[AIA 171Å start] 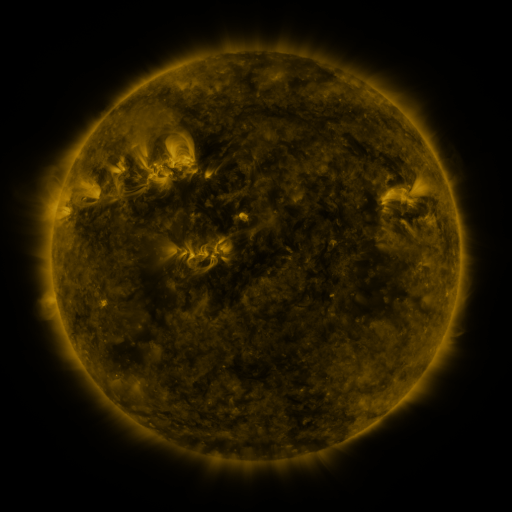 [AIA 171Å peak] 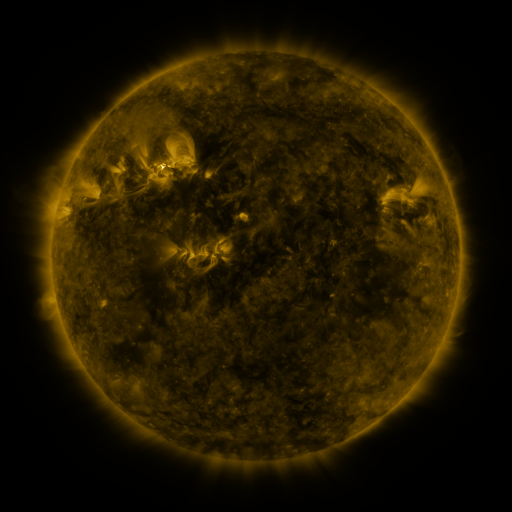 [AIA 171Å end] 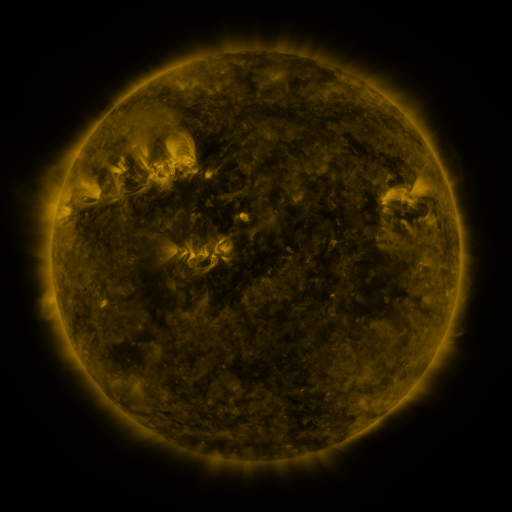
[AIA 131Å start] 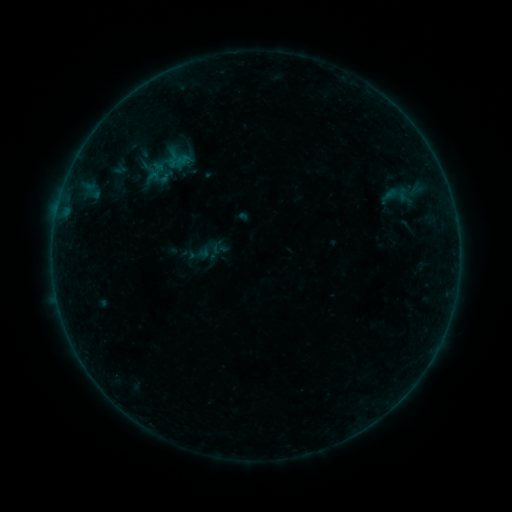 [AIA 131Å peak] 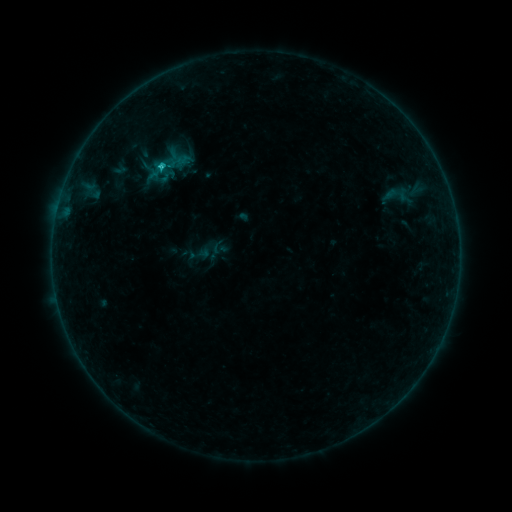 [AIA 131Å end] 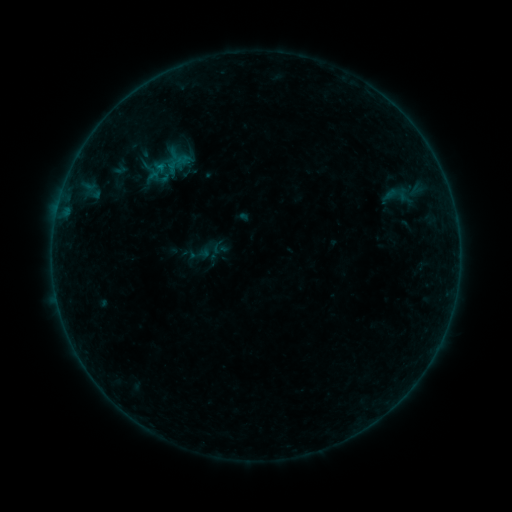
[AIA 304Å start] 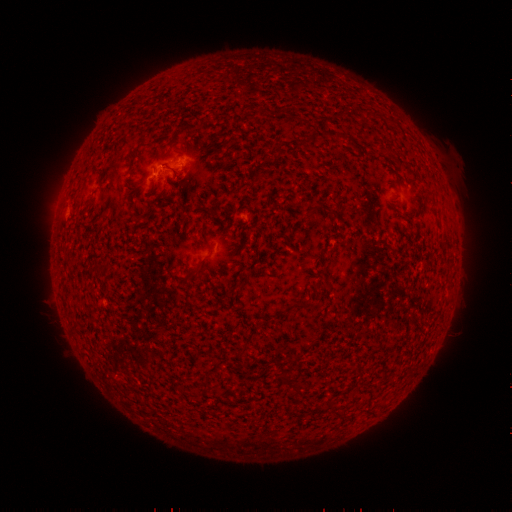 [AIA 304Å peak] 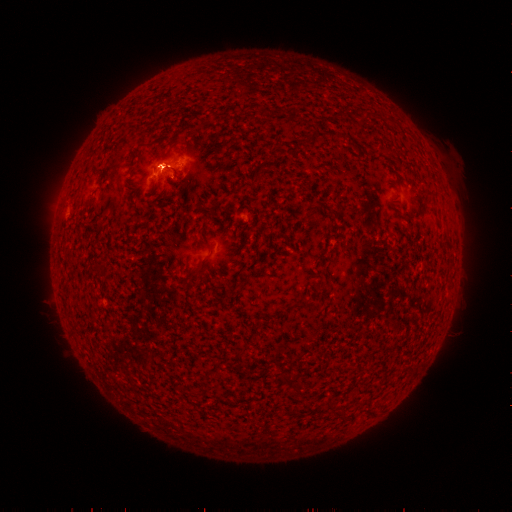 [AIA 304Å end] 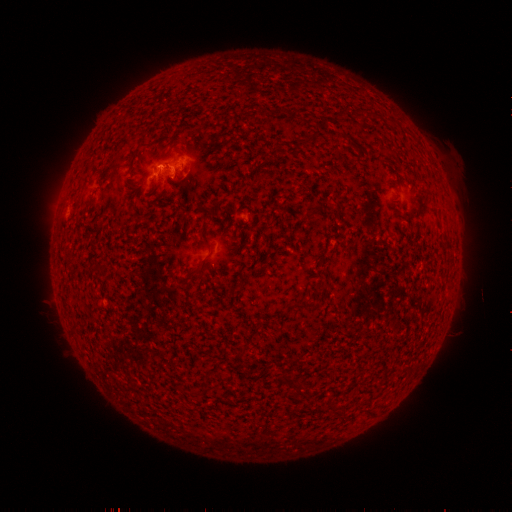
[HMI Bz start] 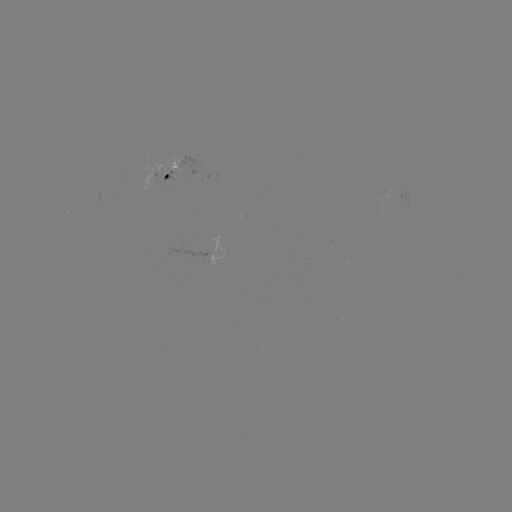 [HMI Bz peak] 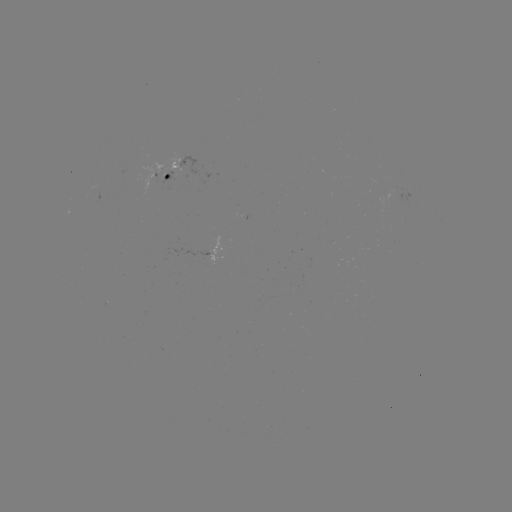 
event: flare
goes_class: B5.8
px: (162, 169)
